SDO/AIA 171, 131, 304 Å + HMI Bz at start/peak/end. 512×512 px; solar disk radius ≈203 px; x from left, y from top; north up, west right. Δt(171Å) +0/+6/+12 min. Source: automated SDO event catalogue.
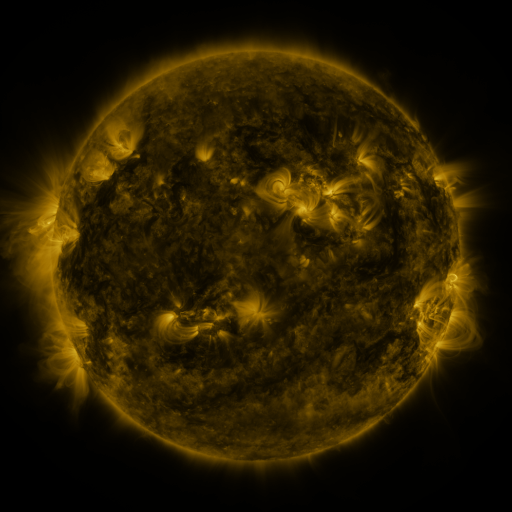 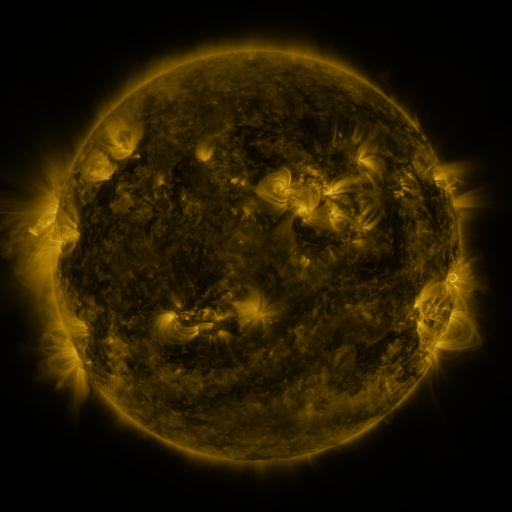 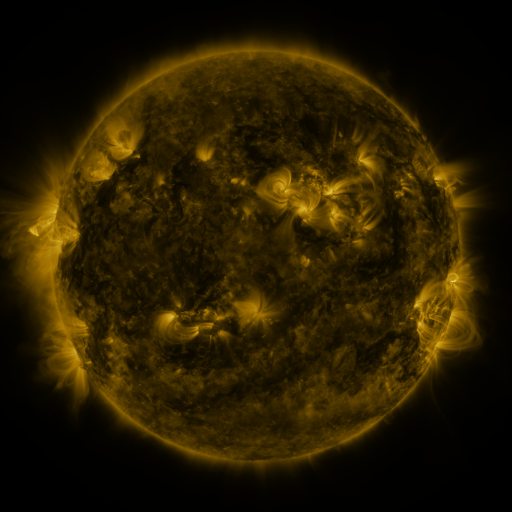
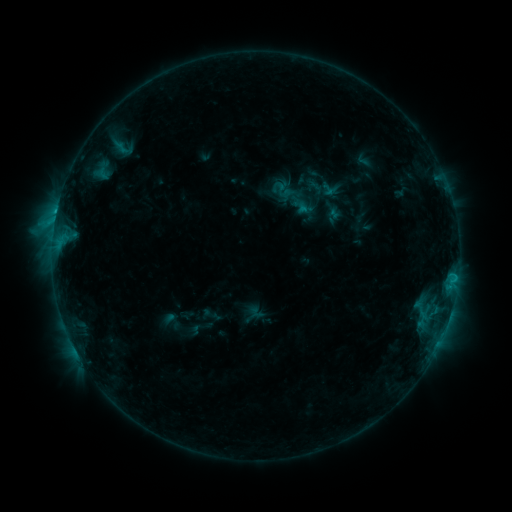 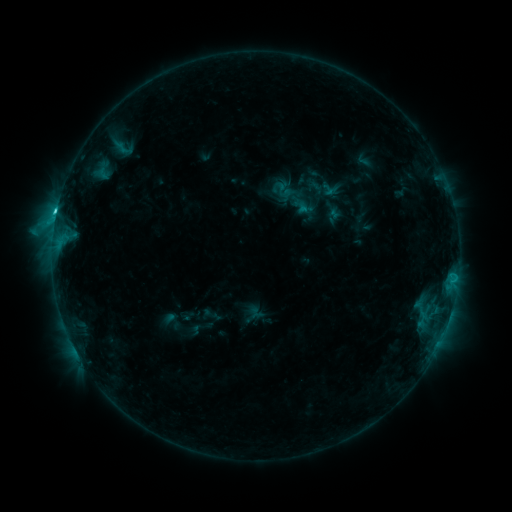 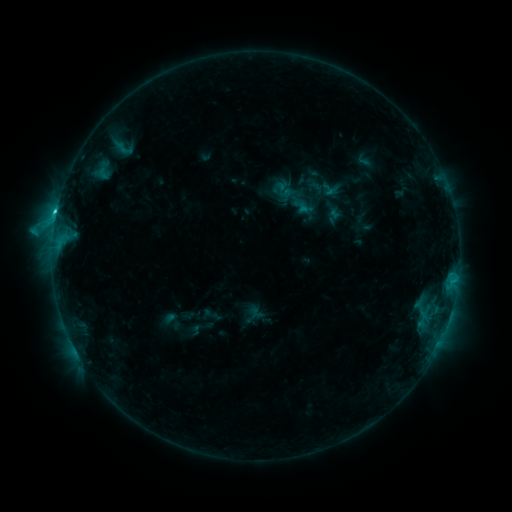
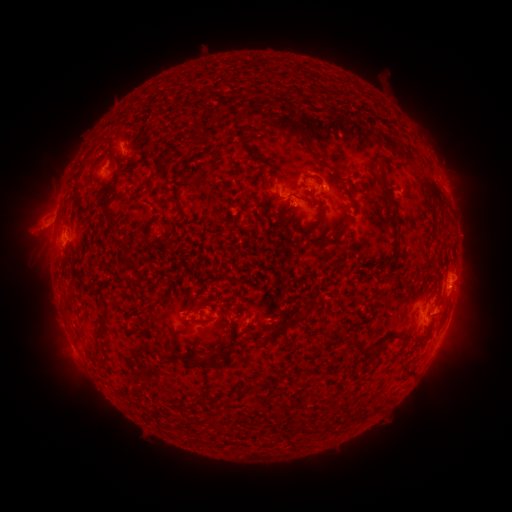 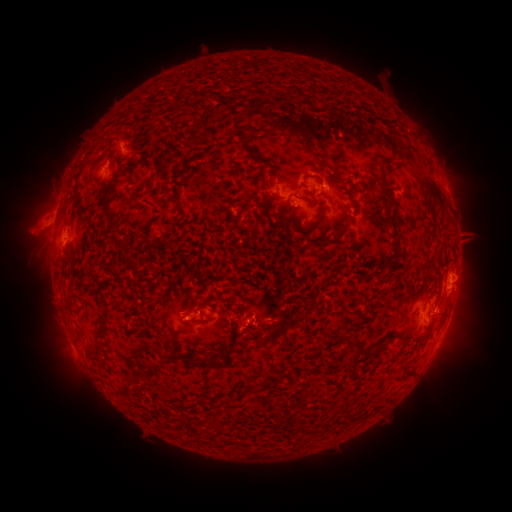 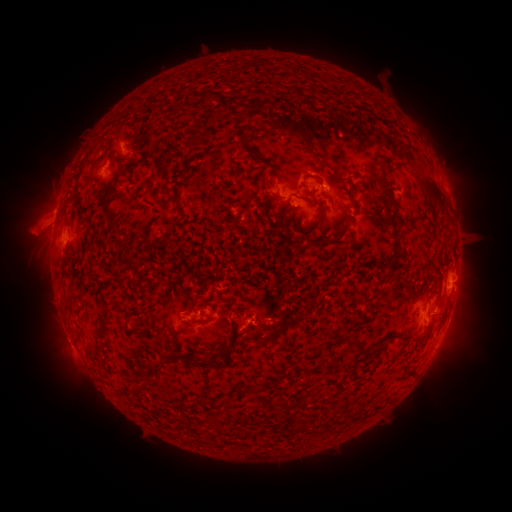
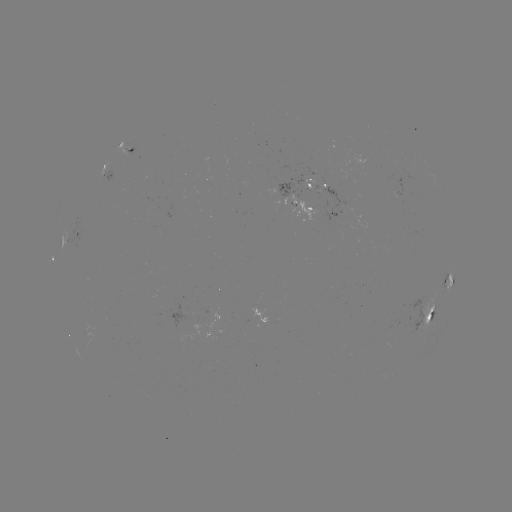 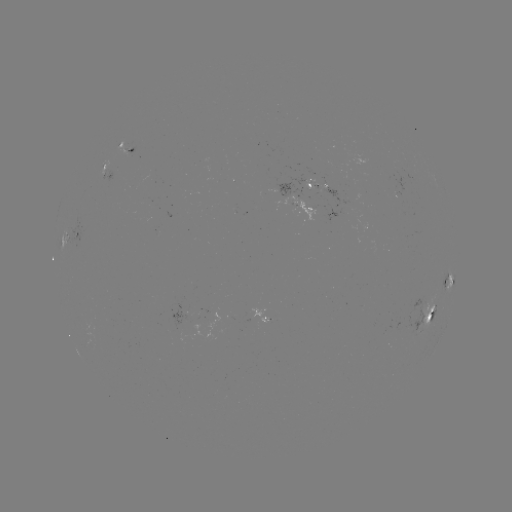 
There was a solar flare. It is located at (57, 213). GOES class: C1.9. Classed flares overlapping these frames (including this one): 1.